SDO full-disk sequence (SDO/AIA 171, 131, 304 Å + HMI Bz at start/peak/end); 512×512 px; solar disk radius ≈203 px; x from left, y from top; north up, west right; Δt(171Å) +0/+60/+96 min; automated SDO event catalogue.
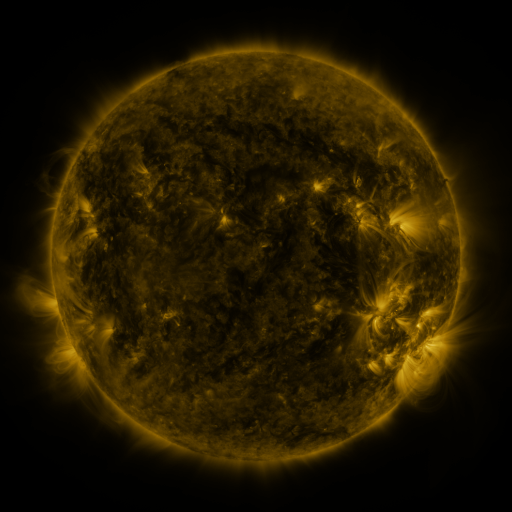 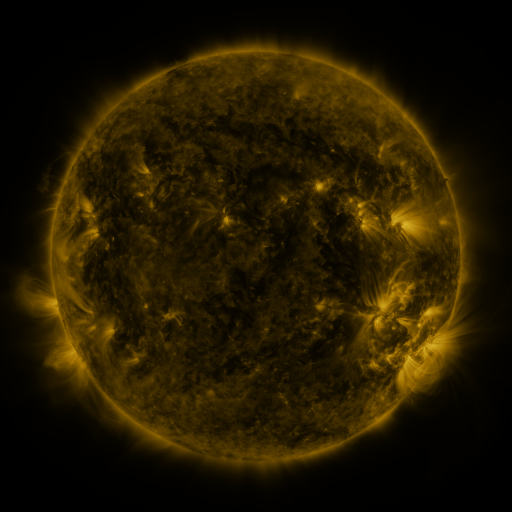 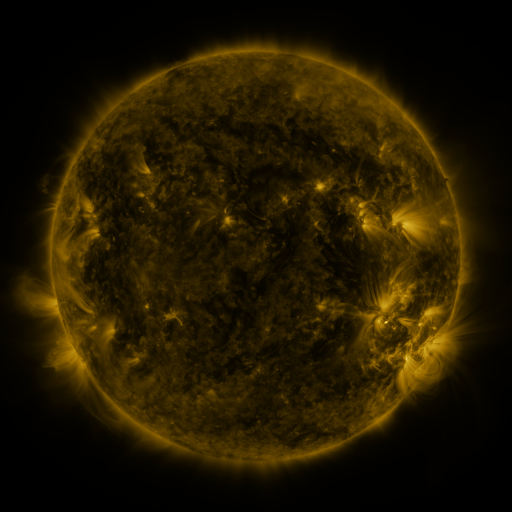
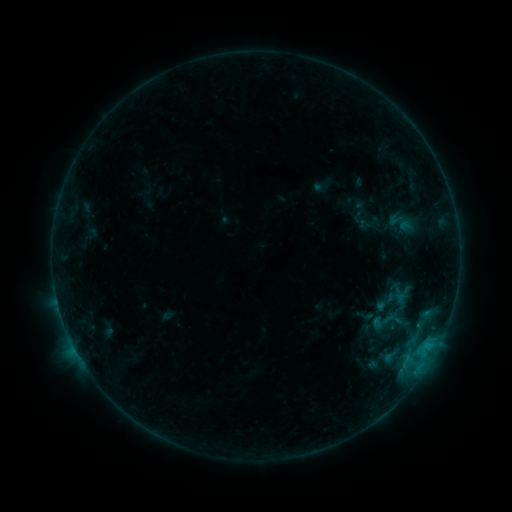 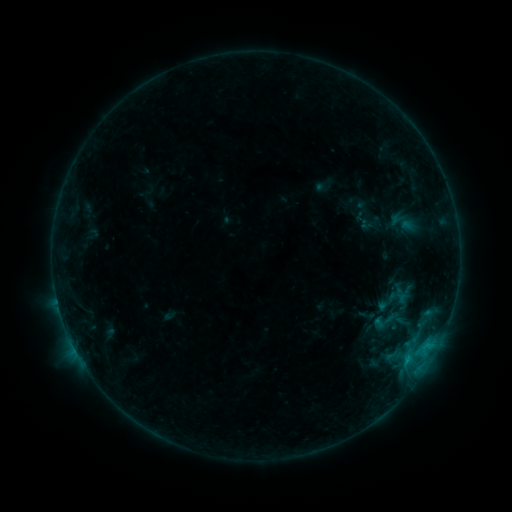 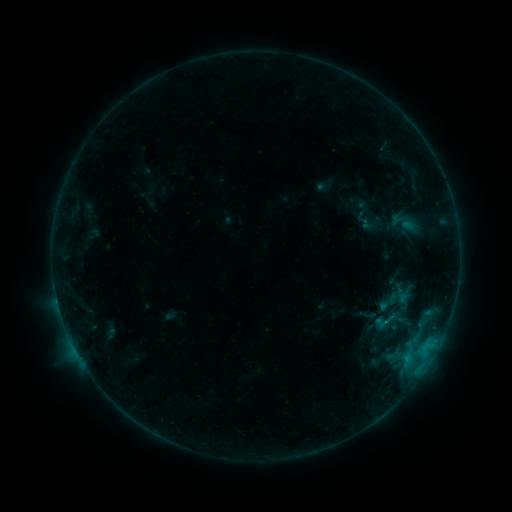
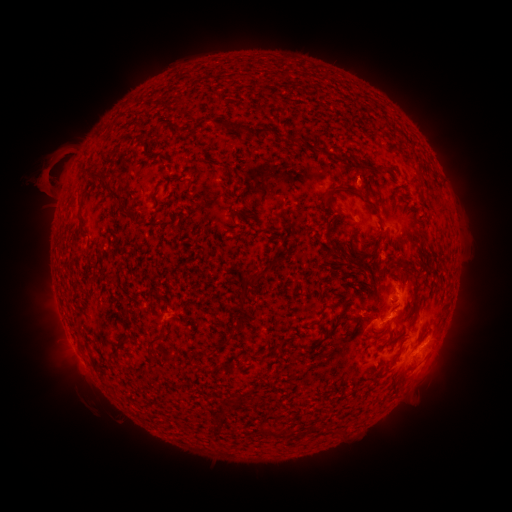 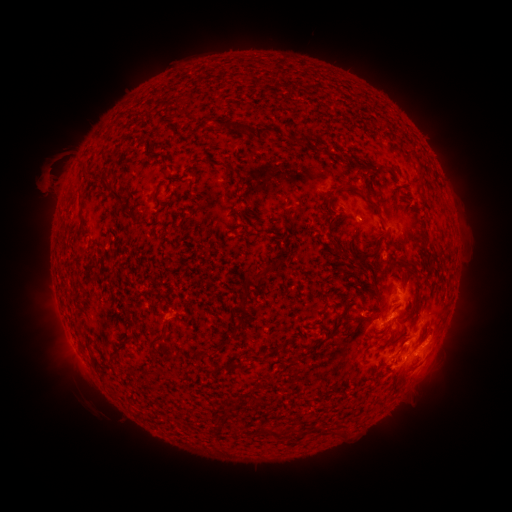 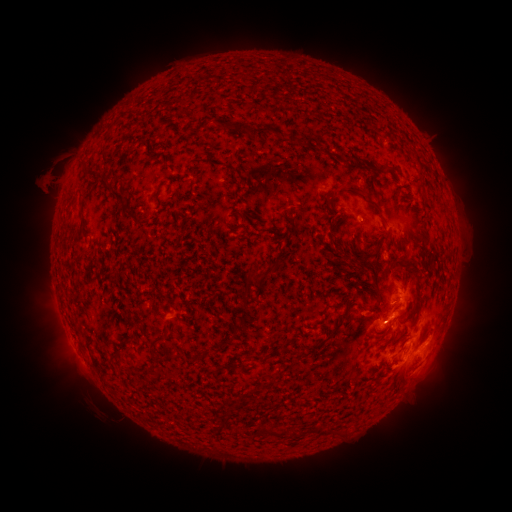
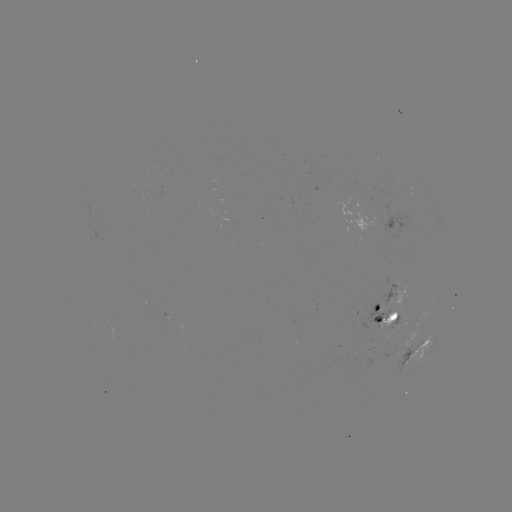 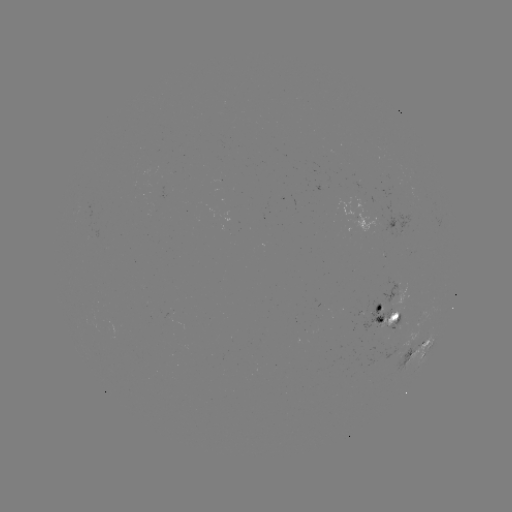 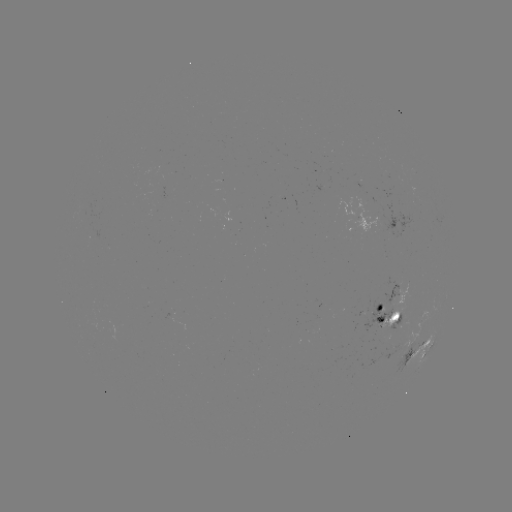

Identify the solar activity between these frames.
emerging-flux region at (403, 321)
